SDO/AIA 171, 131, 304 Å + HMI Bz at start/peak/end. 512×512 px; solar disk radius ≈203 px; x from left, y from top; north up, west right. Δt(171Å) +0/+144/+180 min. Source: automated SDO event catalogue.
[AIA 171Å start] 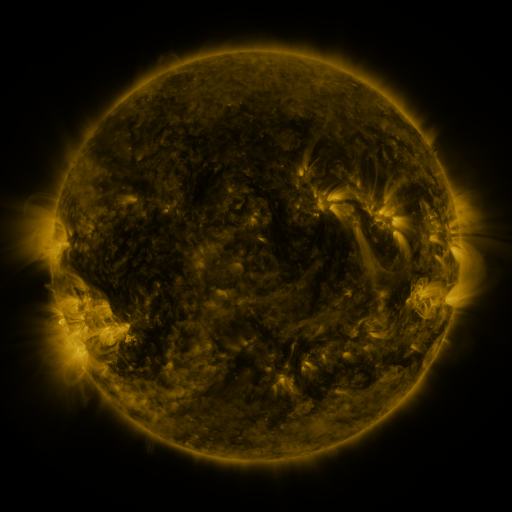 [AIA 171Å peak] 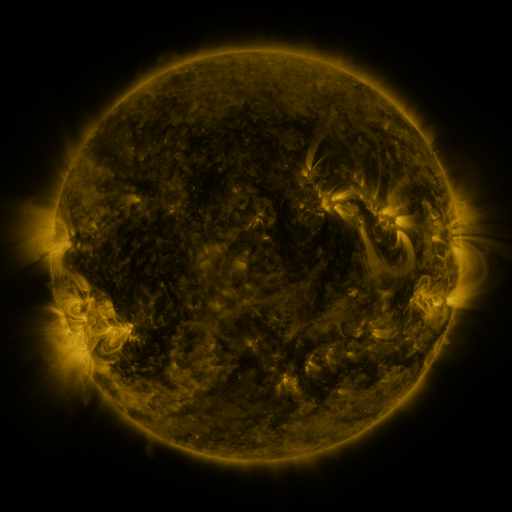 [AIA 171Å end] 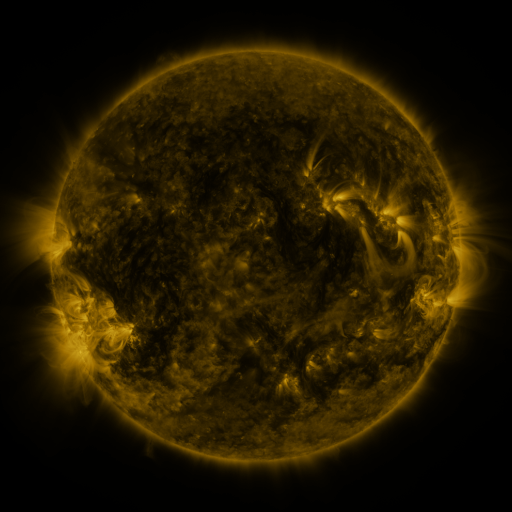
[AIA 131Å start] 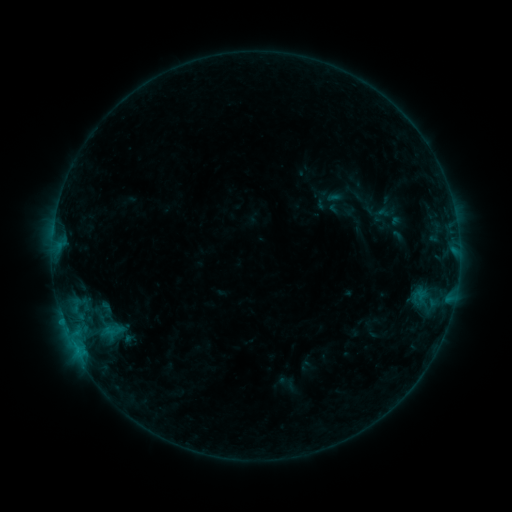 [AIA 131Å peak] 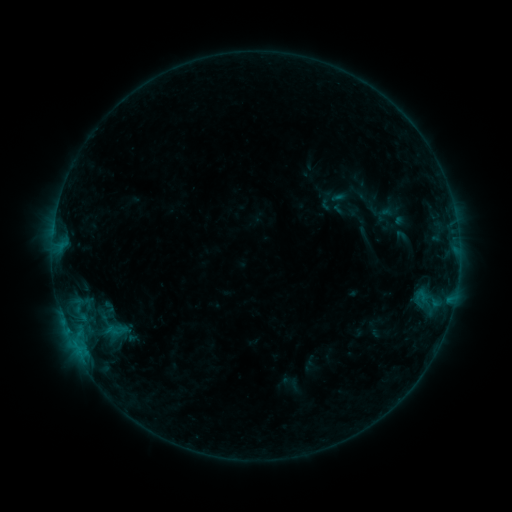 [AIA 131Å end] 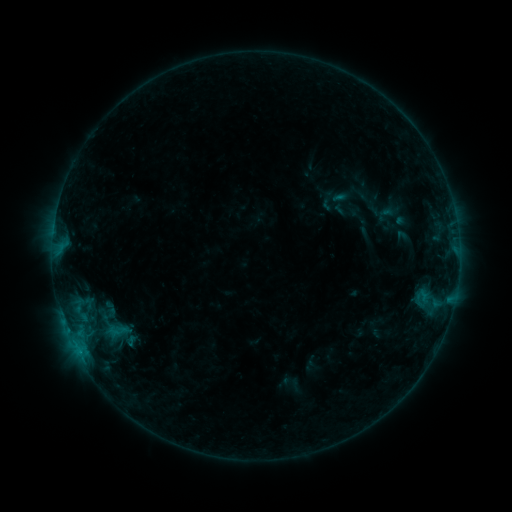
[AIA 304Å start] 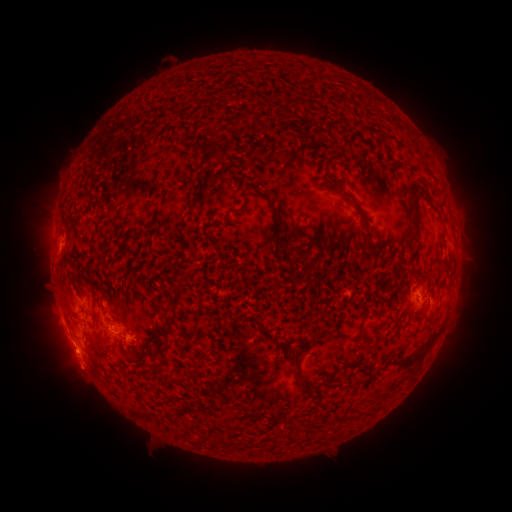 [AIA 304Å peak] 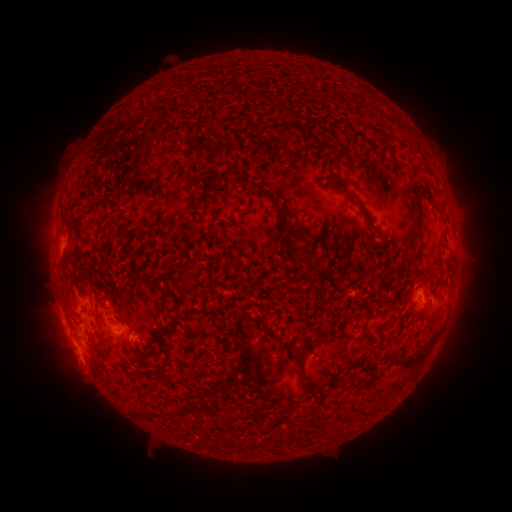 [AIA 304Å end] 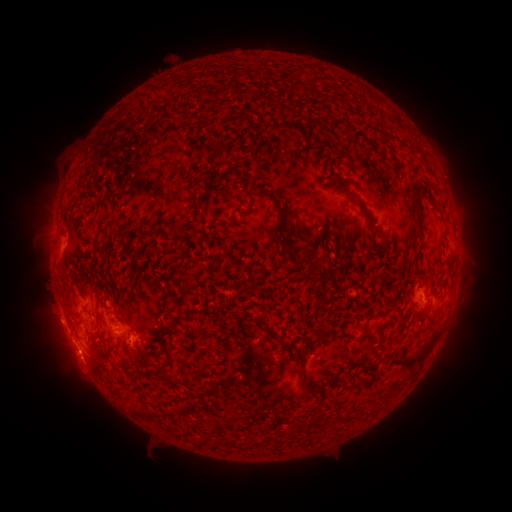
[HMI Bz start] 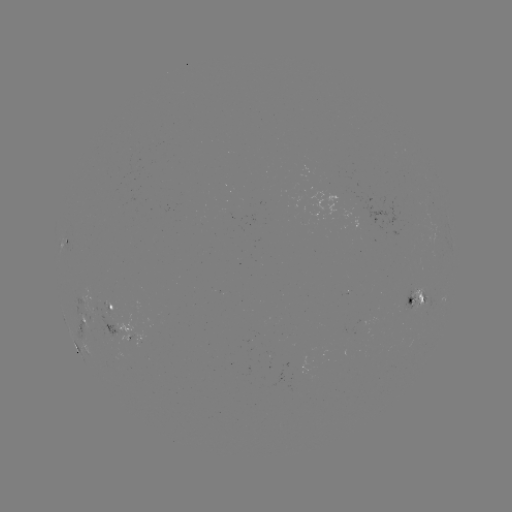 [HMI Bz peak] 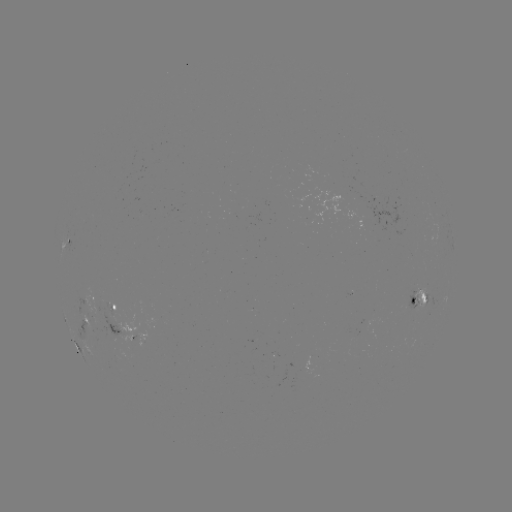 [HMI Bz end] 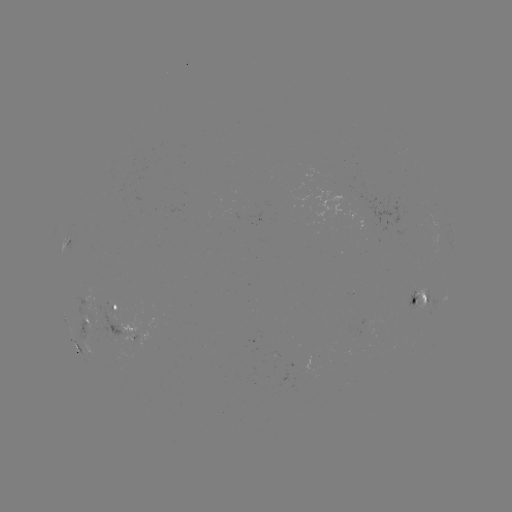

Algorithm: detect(emerging-flux region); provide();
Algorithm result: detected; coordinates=254,339